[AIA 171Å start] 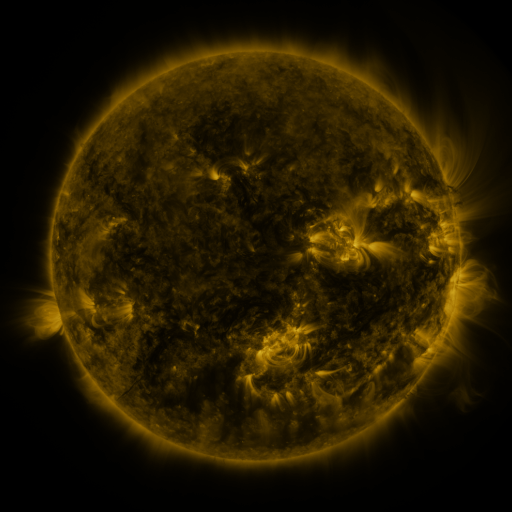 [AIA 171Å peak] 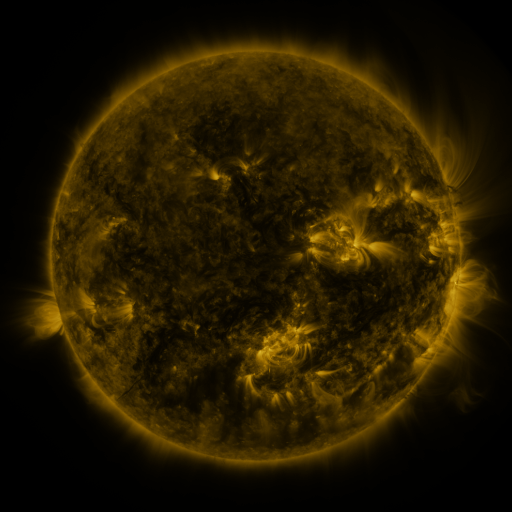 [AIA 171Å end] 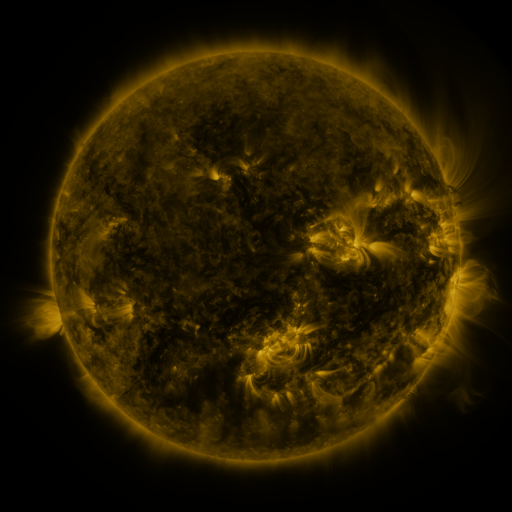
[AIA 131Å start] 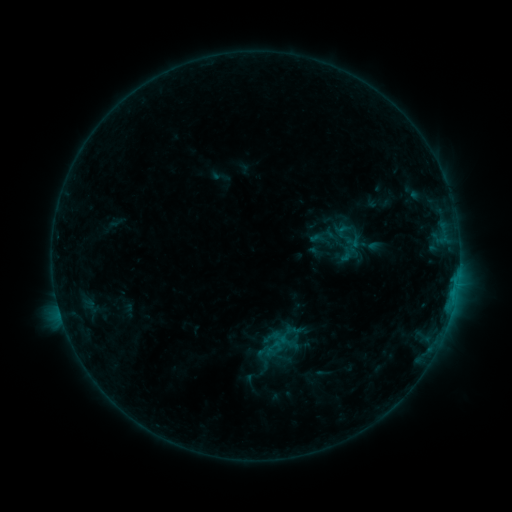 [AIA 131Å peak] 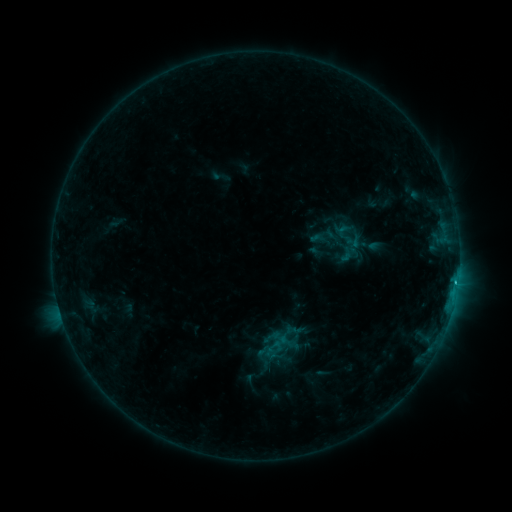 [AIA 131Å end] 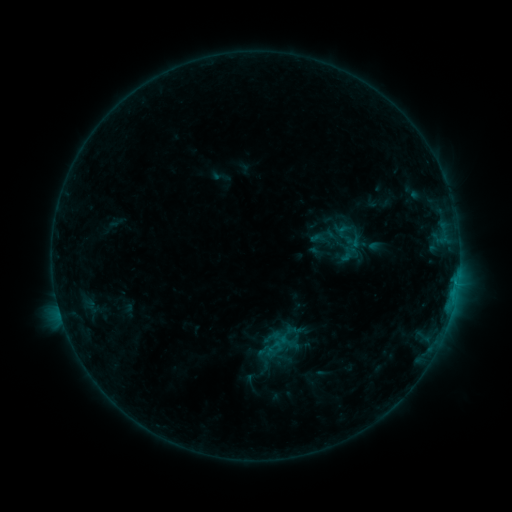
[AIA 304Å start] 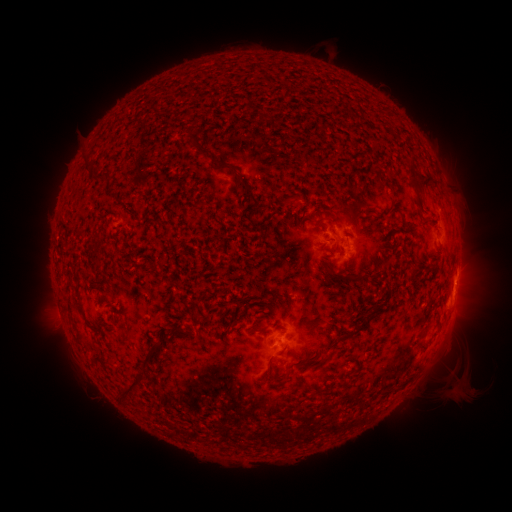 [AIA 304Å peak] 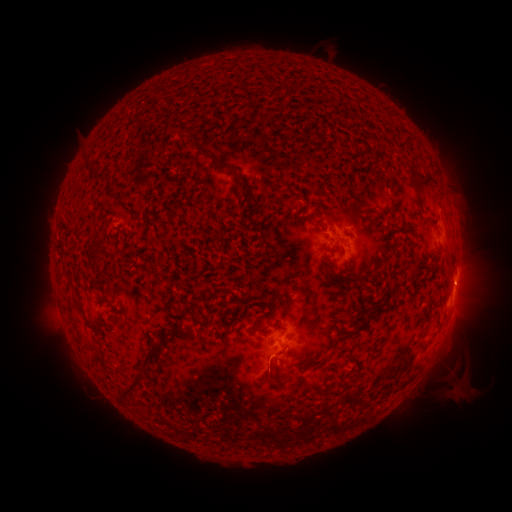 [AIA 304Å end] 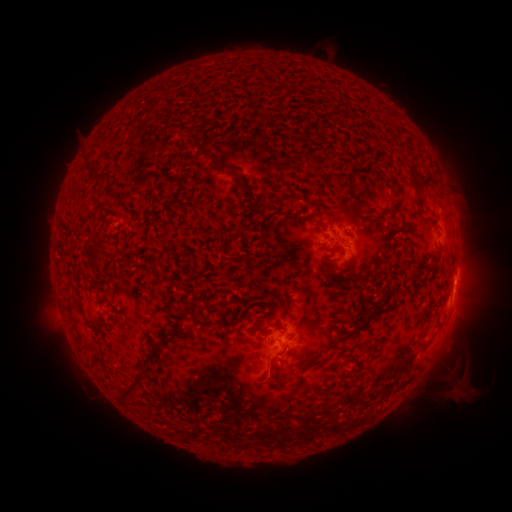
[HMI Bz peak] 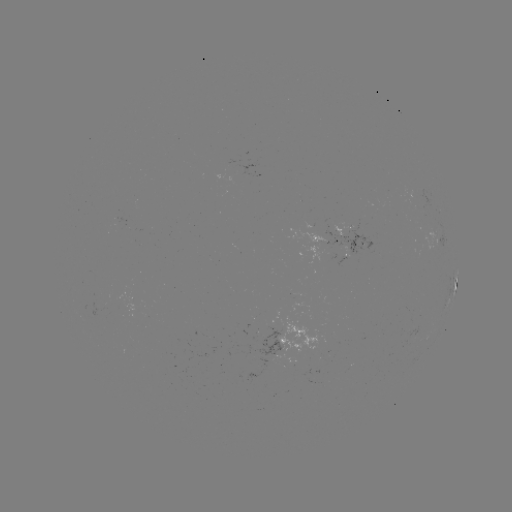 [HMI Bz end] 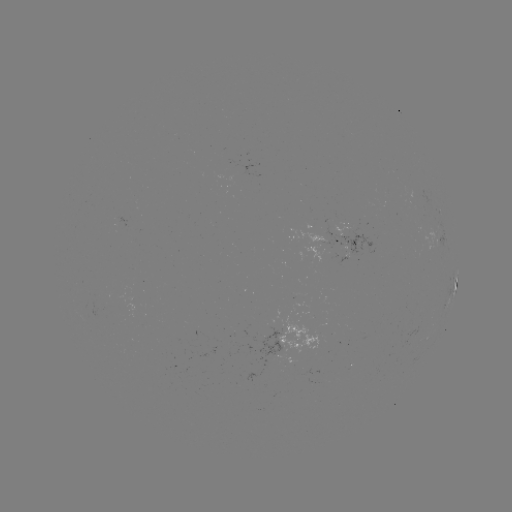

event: flare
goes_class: B6.7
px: (455, 279)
